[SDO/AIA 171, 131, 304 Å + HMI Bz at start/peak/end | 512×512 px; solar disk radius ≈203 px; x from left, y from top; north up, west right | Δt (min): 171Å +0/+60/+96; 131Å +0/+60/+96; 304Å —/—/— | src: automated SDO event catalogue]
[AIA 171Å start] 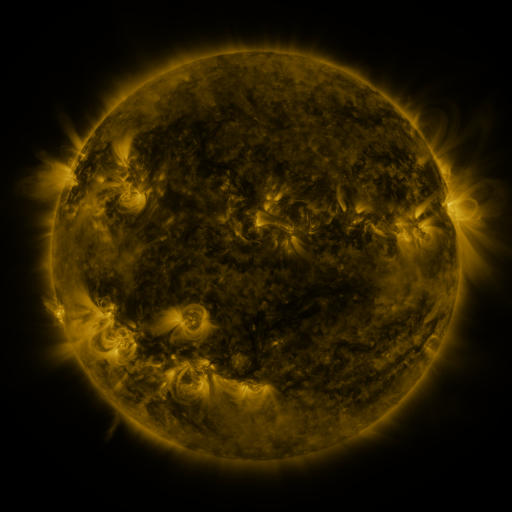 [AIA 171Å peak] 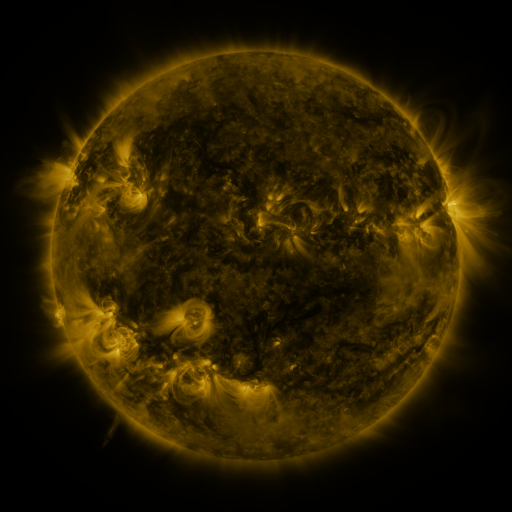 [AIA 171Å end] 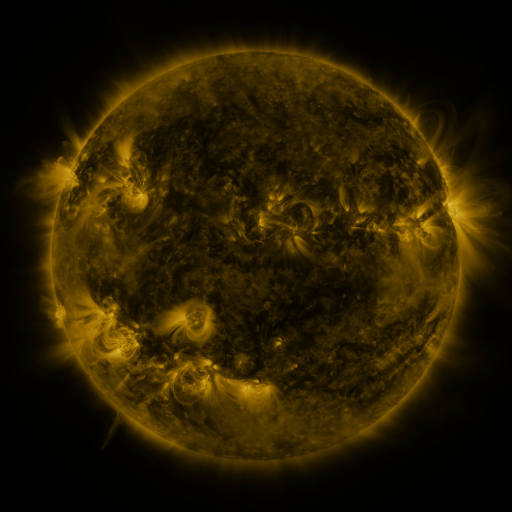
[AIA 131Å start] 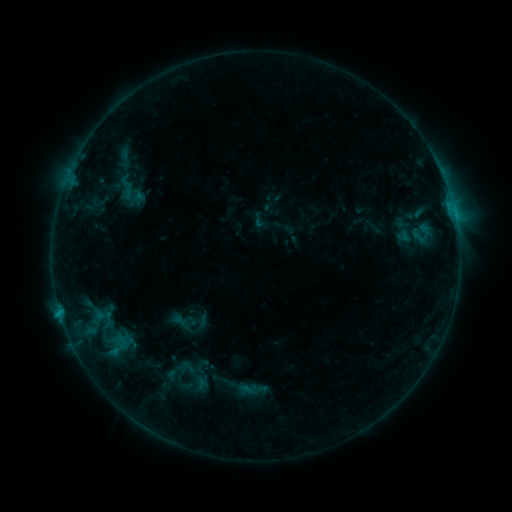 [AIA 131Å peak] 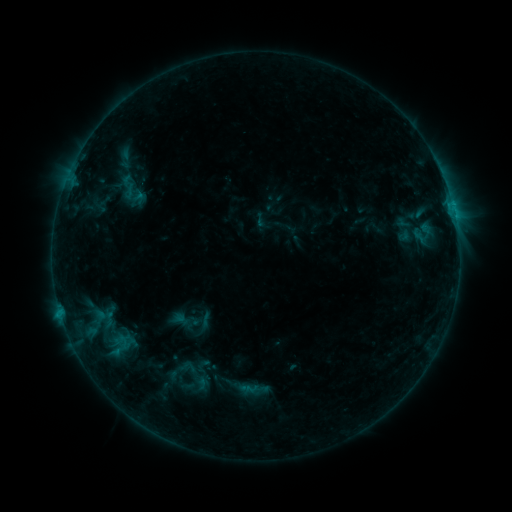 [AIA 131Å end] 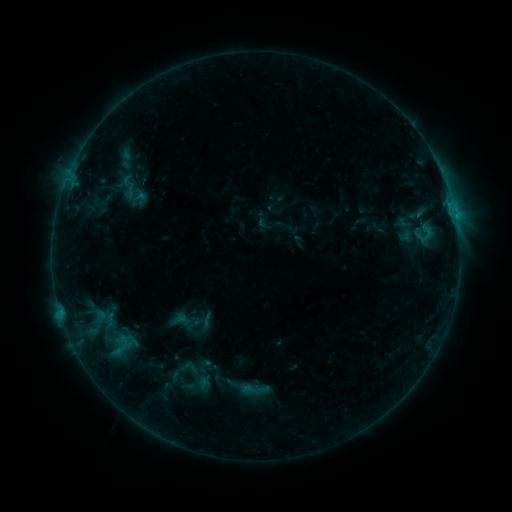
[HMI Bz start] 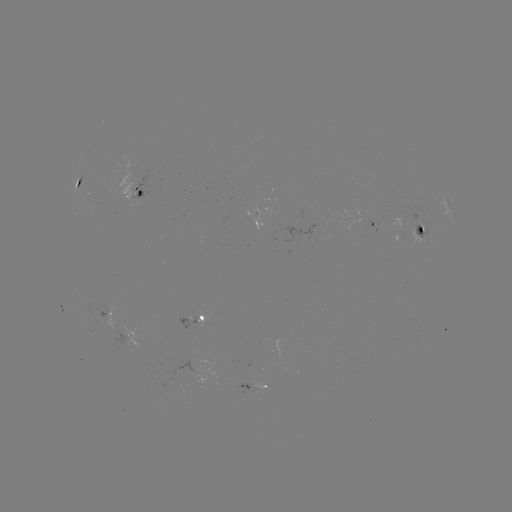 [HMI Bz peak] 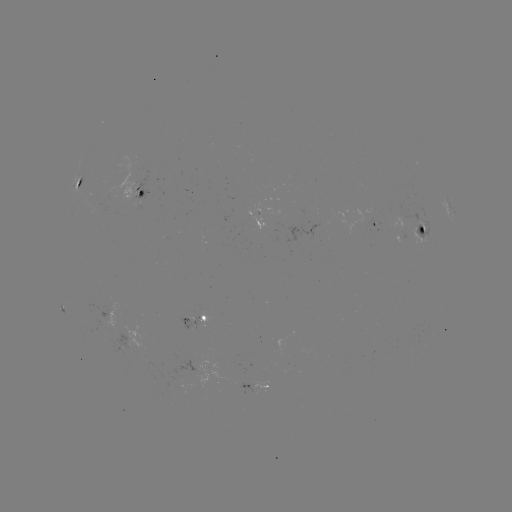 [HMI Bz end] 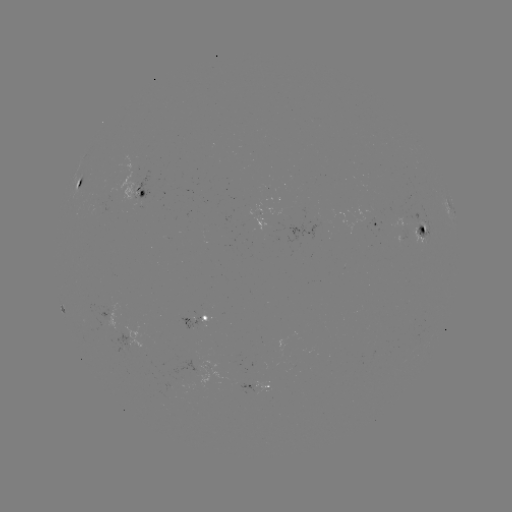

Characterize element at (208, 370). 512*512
emerging-flux region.